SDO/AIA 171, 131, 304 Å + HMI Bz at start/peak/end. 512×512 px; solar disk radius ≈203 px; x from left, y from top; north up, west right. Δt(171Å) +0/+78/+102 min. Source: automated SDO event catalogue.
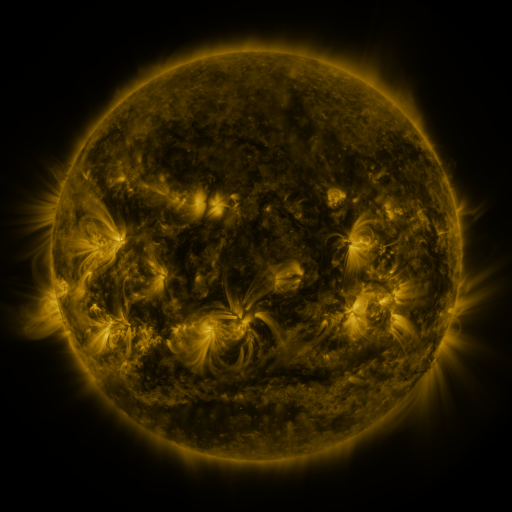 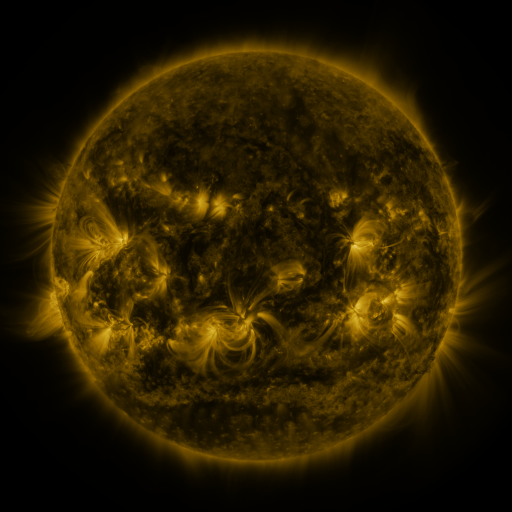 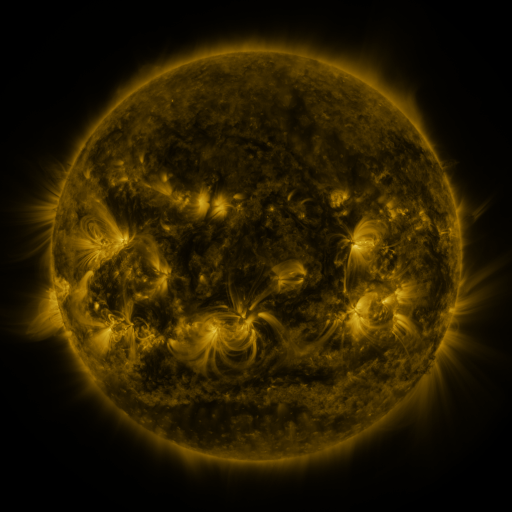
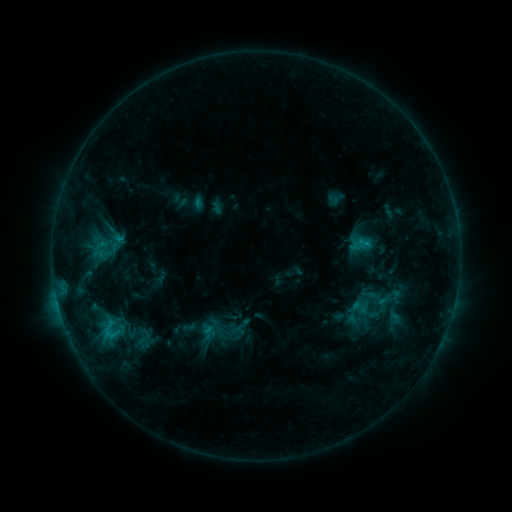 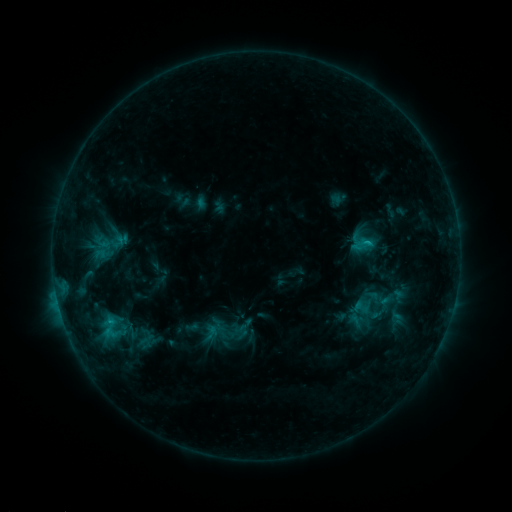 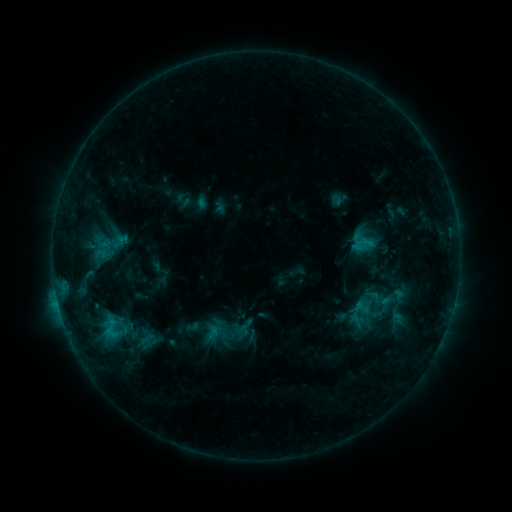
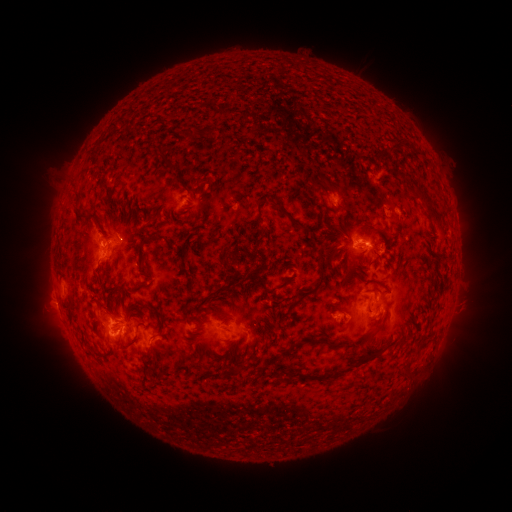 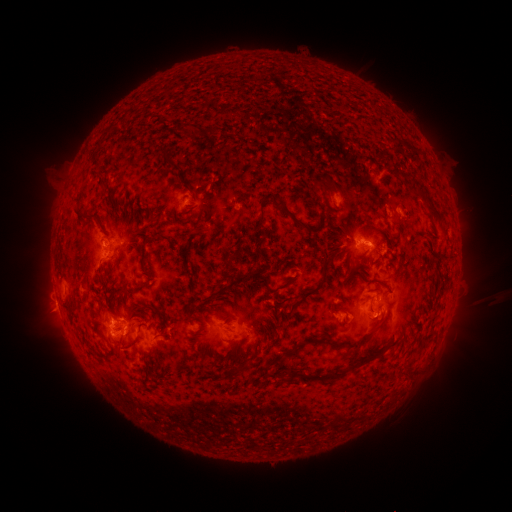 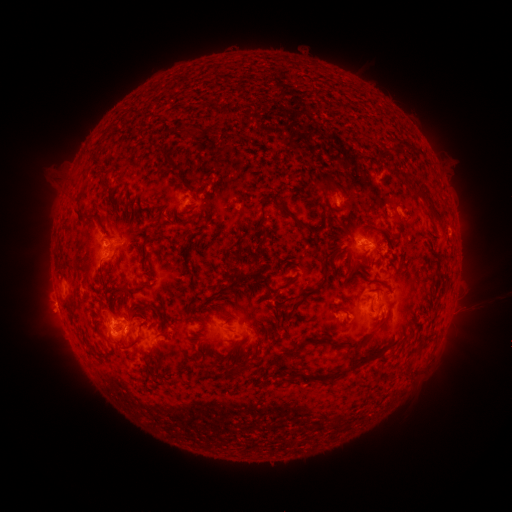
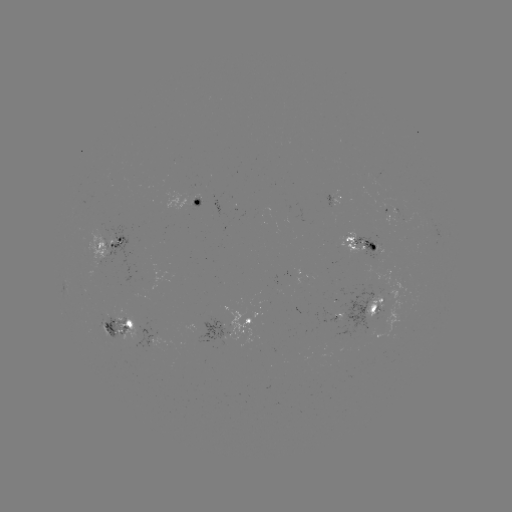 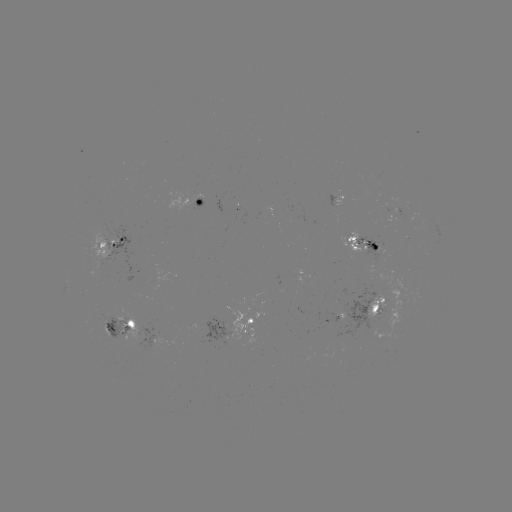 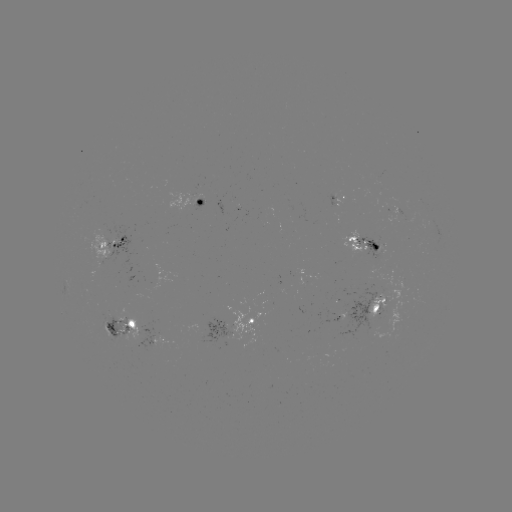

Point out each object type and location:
emerging-flux region: (330, 196)
